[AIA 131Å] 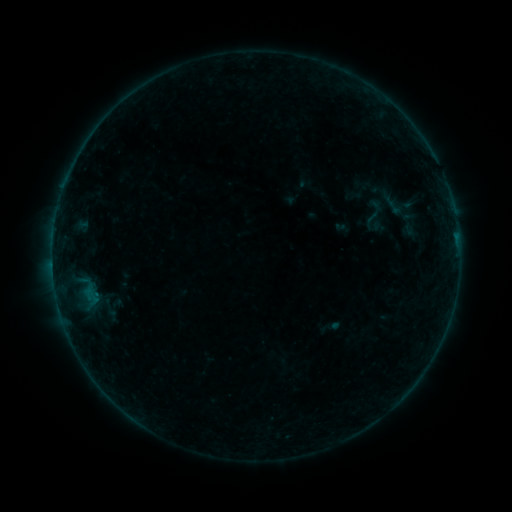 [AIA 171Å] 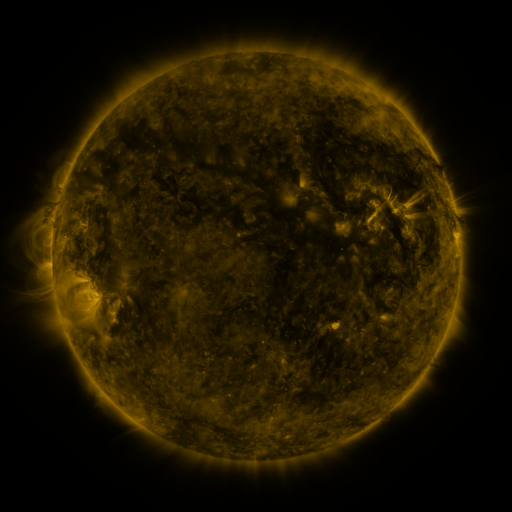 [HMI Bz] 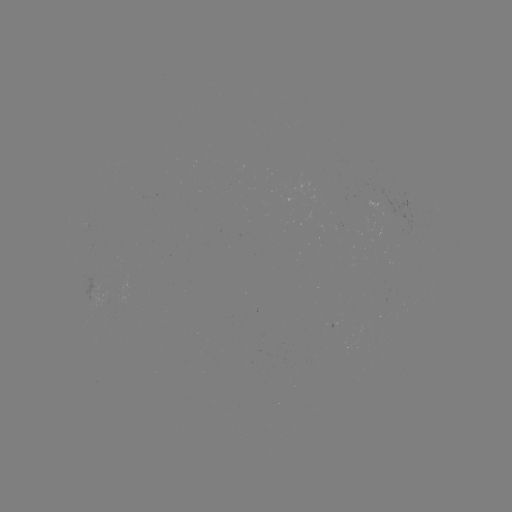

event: sigmoid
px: (375, 213)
